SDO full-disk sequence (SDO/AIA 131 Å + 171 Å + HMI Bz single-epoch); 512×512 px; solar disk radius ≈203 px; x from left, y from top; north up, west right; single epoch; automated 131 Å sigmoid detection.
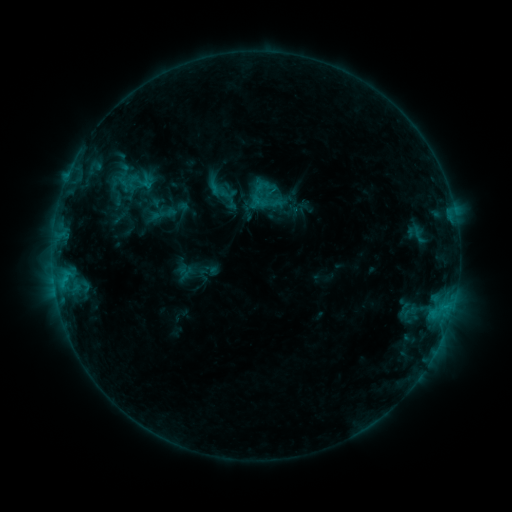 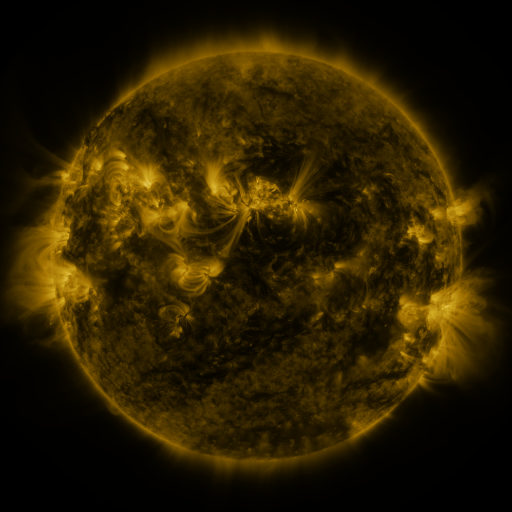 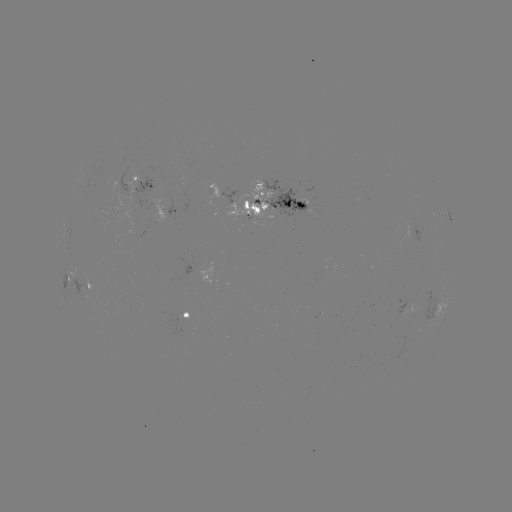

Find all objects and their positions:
sigmoid: (266, 201)
